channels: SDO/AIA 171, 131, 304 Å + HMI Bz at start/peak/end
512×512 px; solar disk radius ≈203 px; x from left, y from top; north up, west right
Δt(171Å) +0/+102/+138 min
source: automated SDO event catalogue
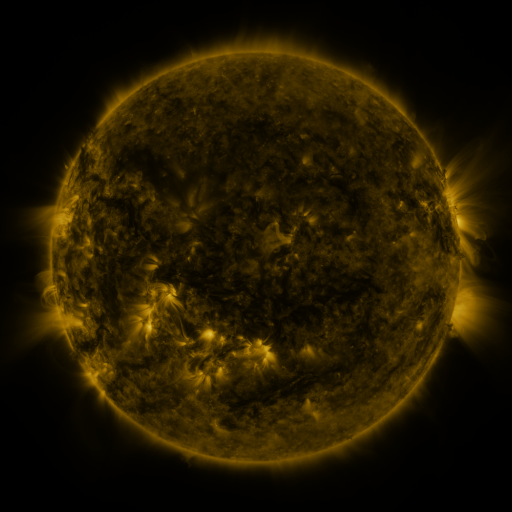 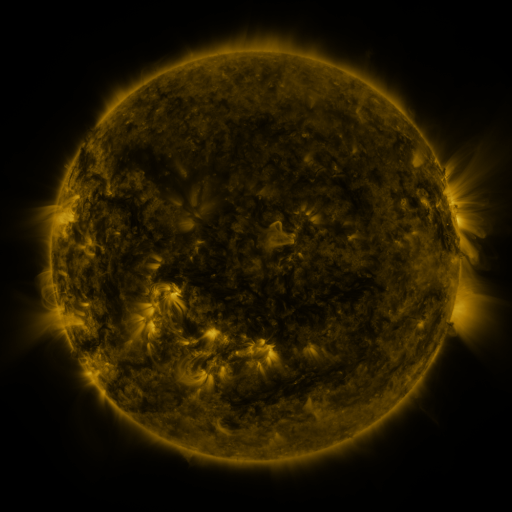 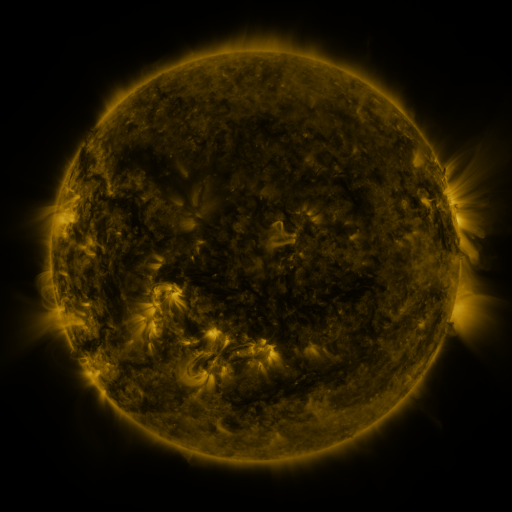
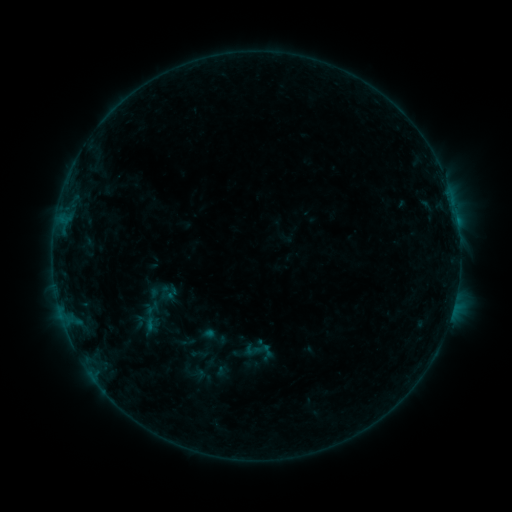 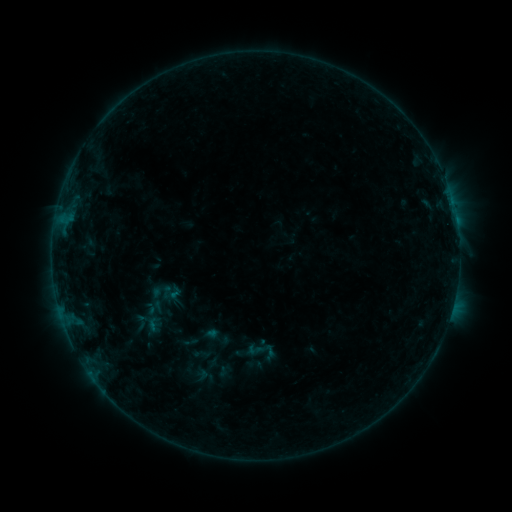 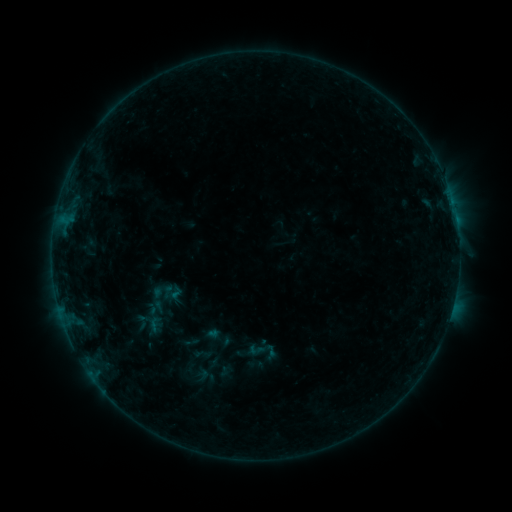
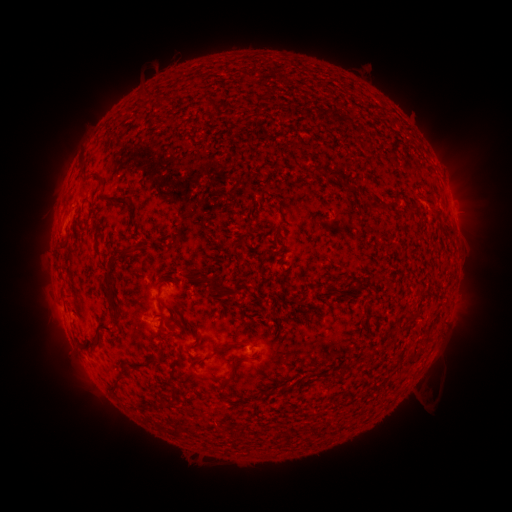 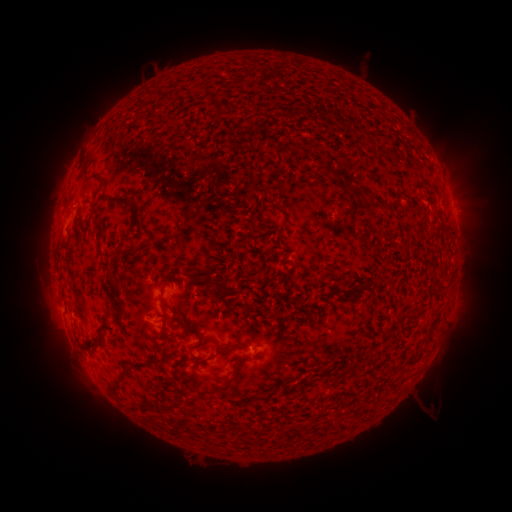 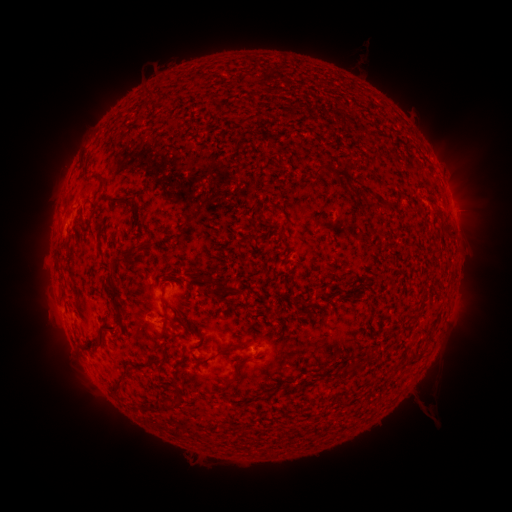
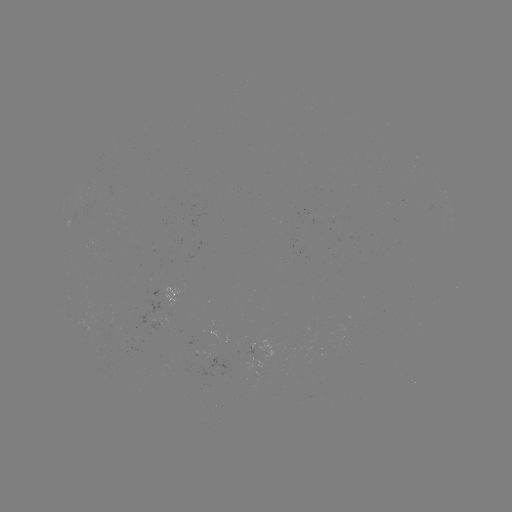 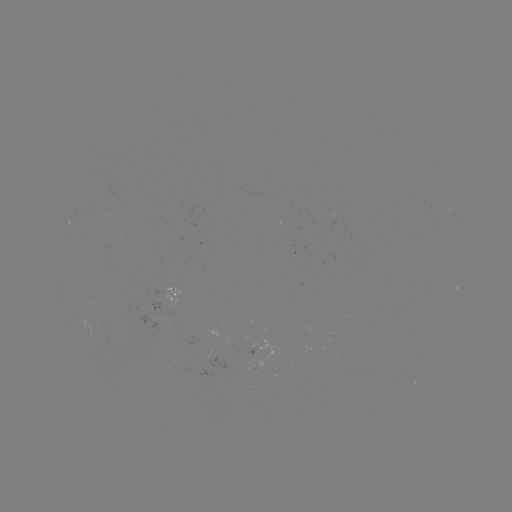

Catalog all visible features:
emerging-flux region: (97, 245)
